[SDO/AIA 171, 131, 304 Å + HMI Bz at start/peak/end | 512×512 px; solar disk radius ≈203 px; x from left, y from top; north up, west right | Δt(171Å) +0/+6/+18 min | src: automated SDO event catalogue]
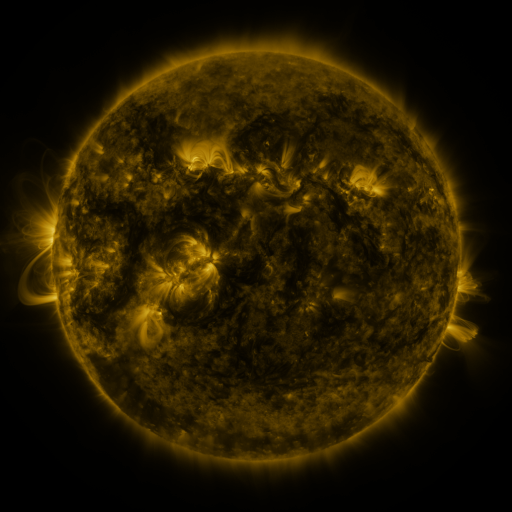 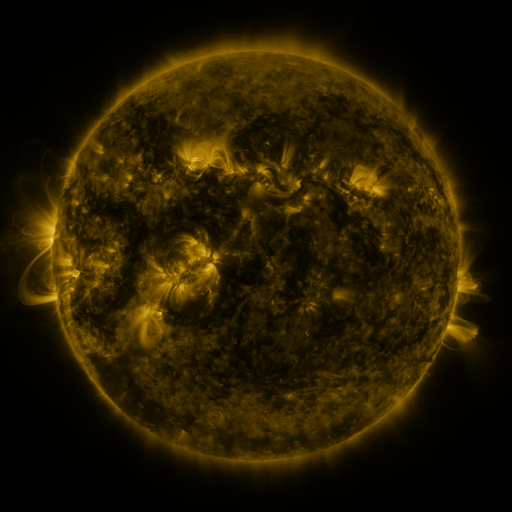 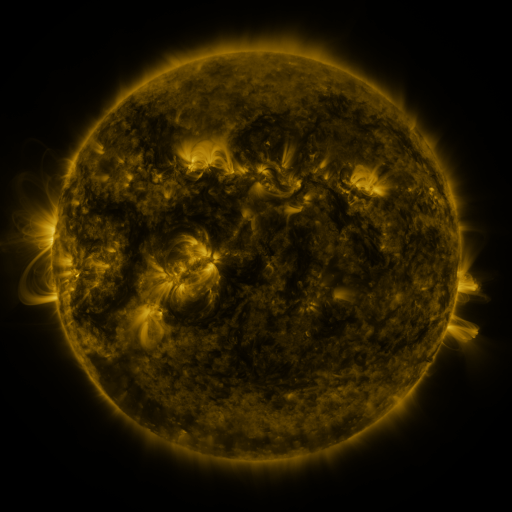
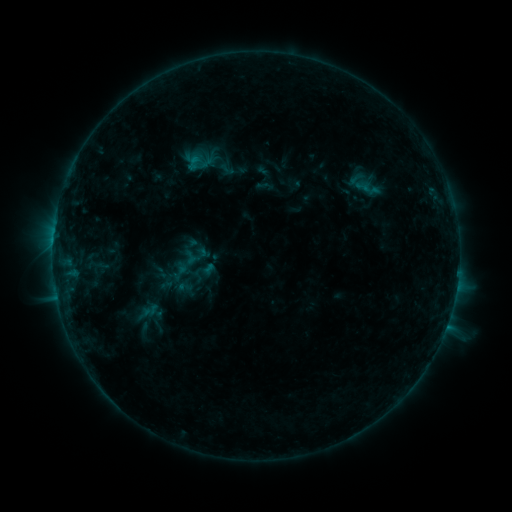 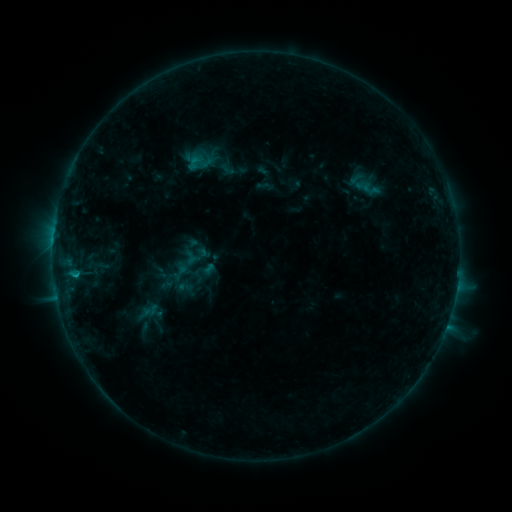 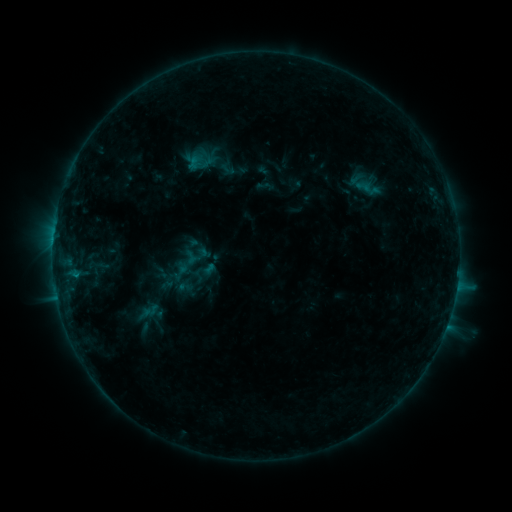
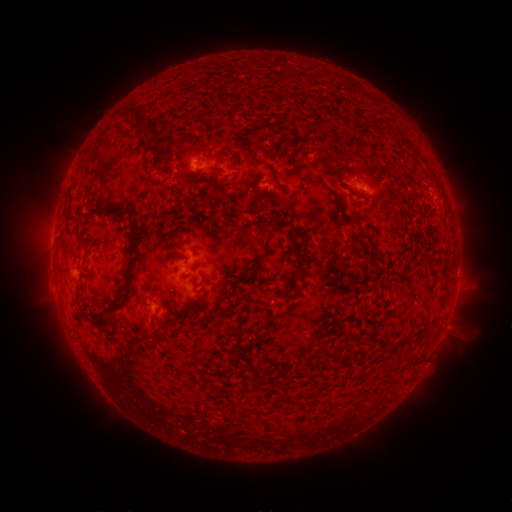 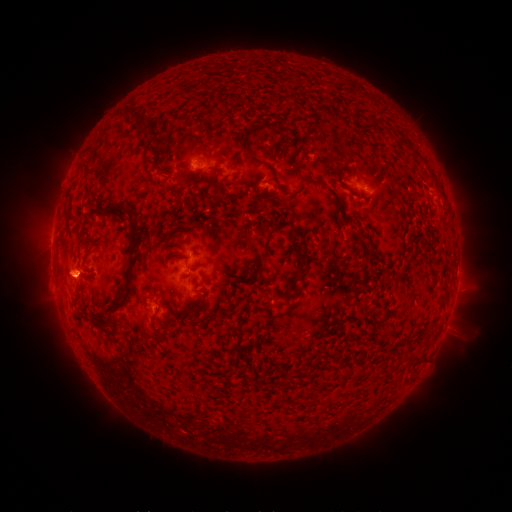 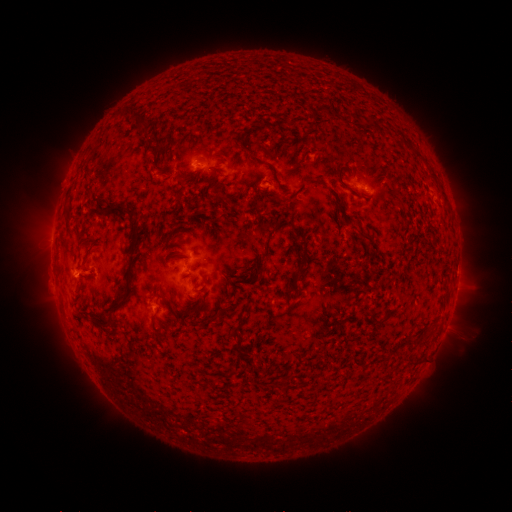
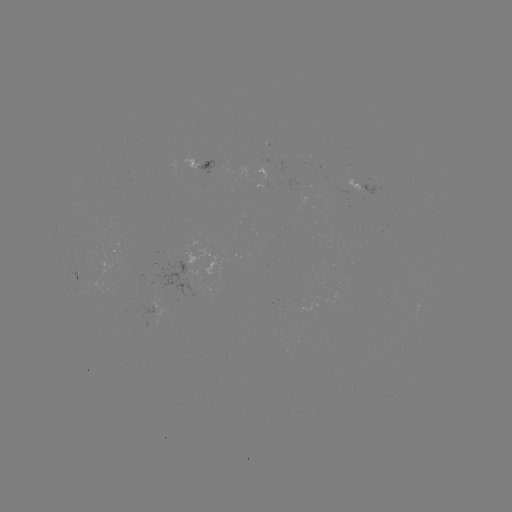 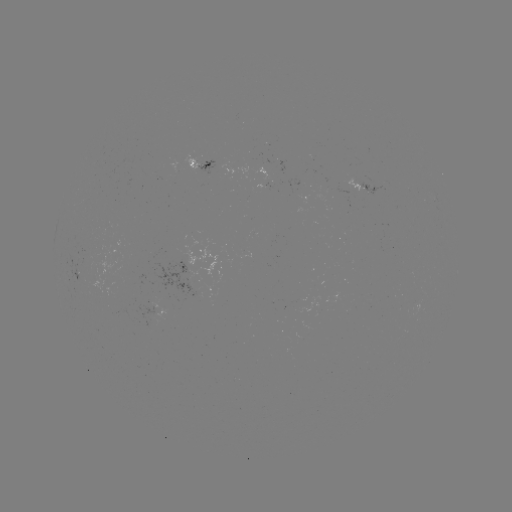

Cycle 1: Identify B7.2 flare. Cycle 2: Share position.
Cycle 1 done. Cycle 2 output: (77, 272).